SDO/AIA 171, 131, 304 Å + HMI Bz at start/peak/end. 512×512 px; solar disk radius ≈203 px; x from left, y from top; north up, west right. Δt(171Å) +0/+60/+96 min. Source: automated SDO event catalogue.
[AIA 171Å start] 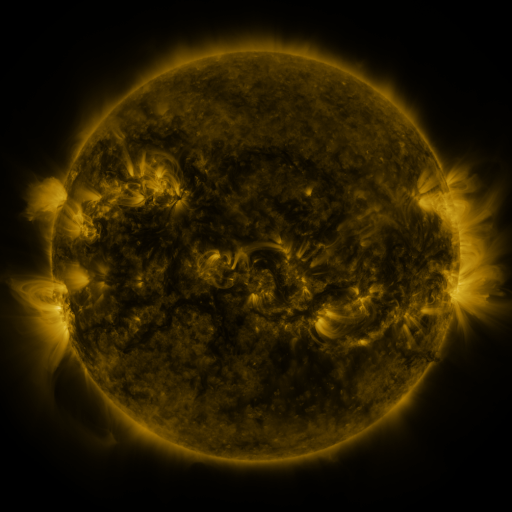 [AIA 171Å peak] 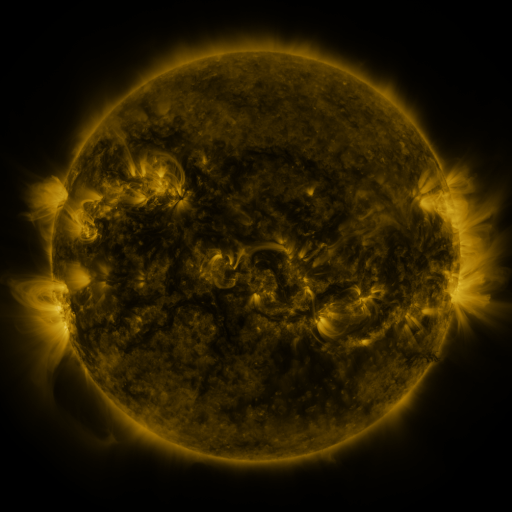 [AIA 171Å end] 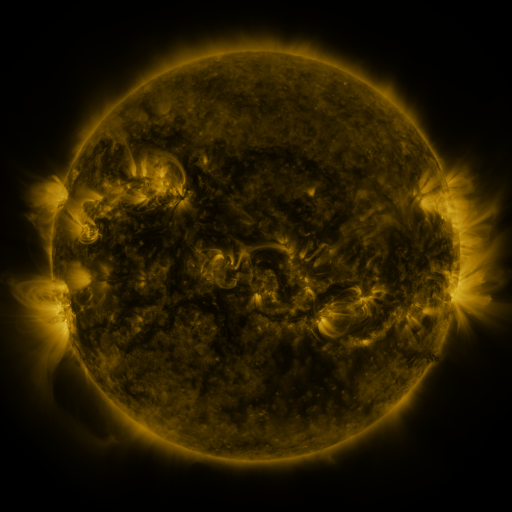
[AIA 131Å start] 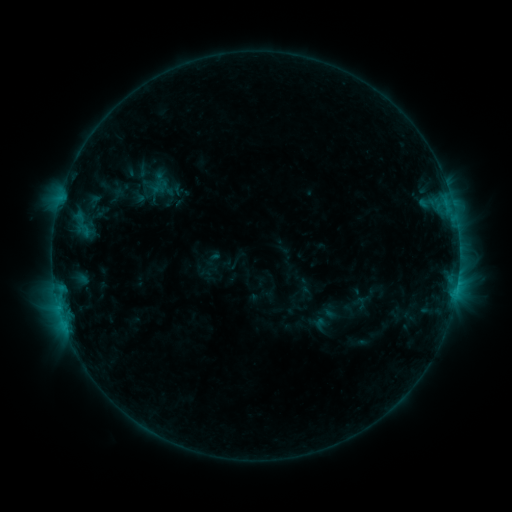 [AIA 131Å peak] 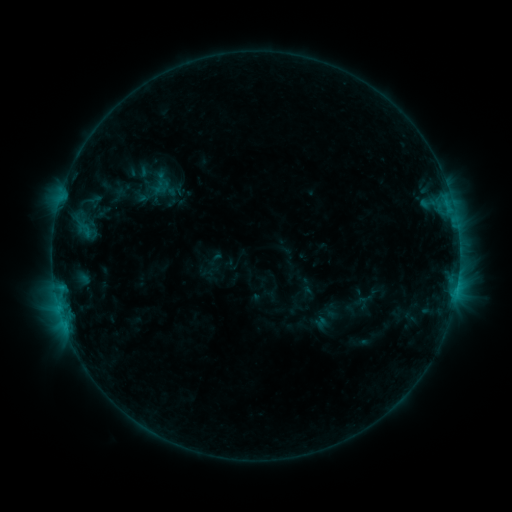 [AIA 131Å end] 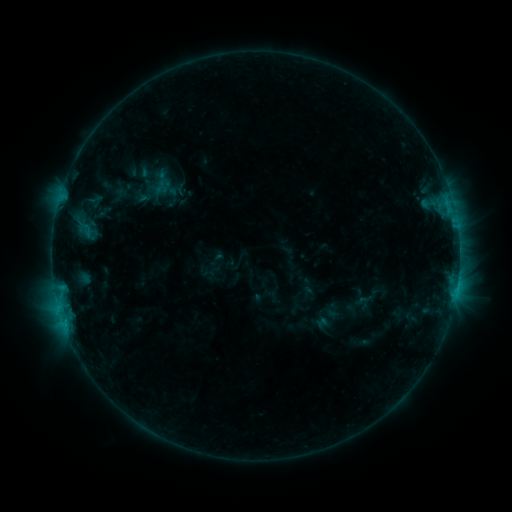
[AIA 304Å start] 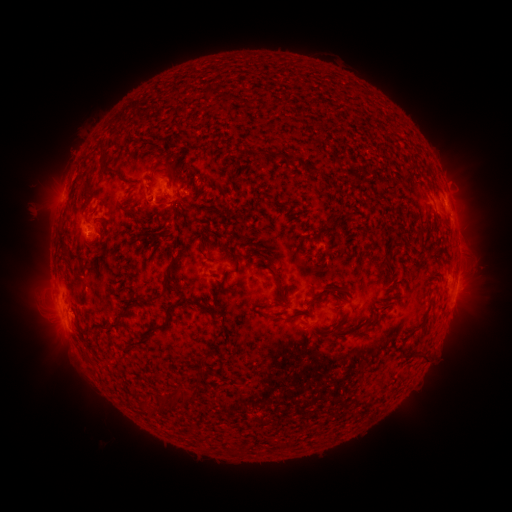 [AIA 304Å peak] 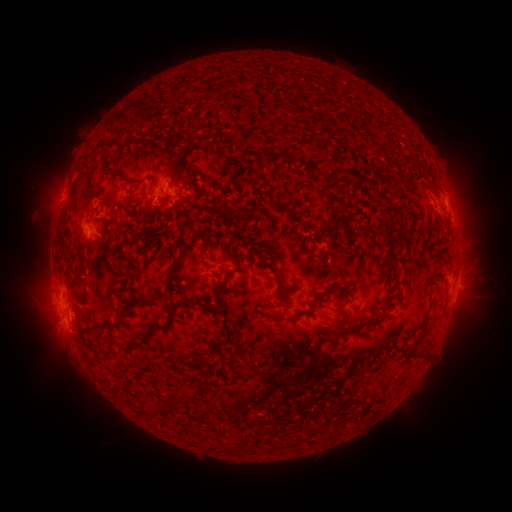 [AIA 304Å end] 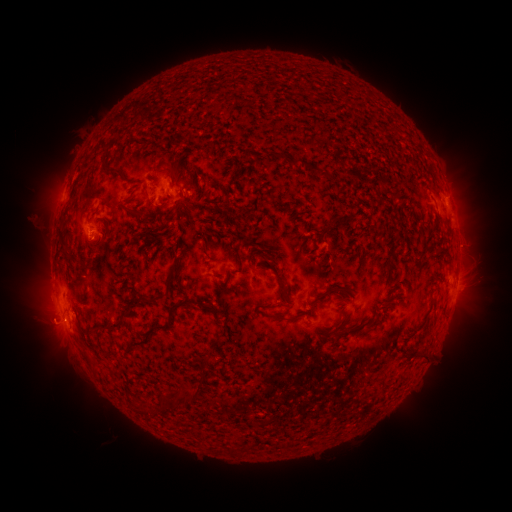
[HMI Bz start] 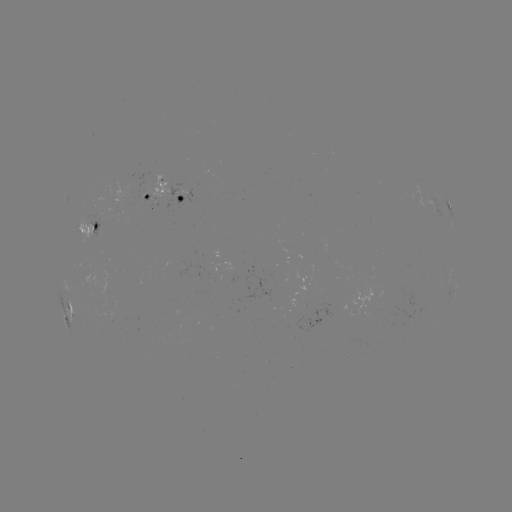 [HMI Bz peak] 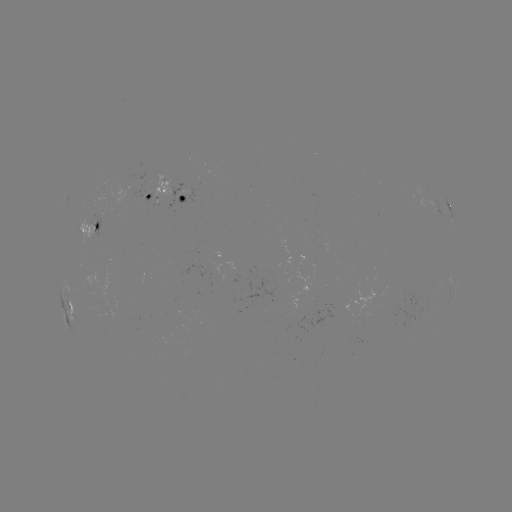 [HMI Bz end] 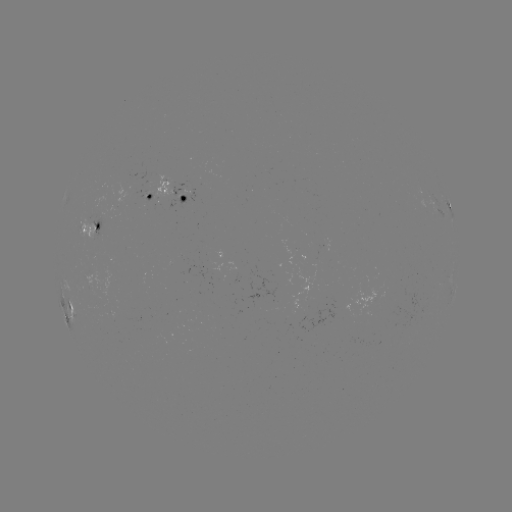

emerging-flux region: [179, 263, 219, 273]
